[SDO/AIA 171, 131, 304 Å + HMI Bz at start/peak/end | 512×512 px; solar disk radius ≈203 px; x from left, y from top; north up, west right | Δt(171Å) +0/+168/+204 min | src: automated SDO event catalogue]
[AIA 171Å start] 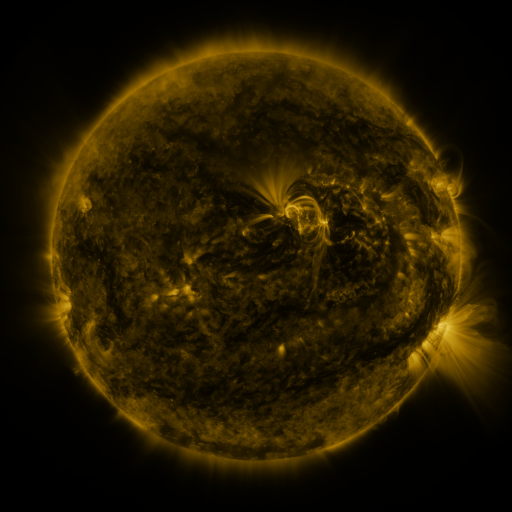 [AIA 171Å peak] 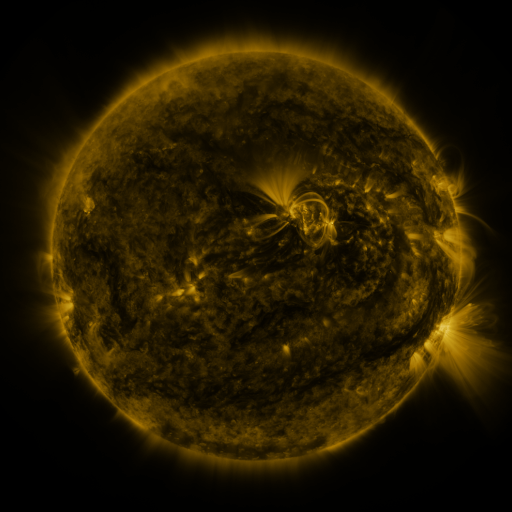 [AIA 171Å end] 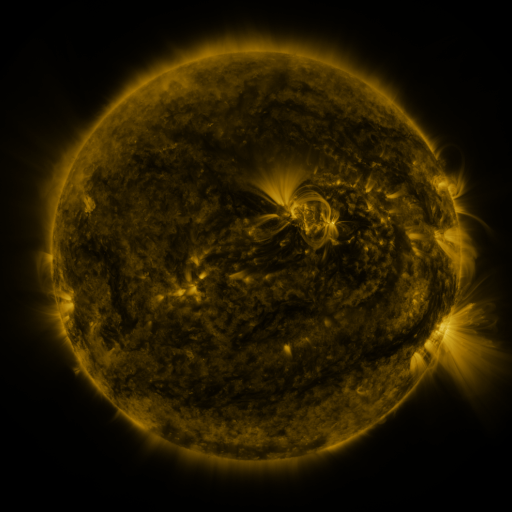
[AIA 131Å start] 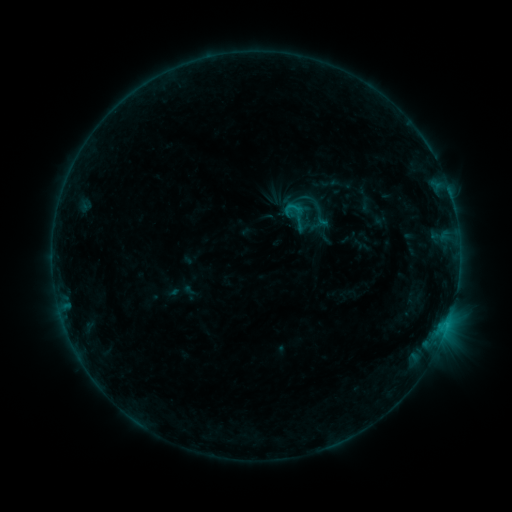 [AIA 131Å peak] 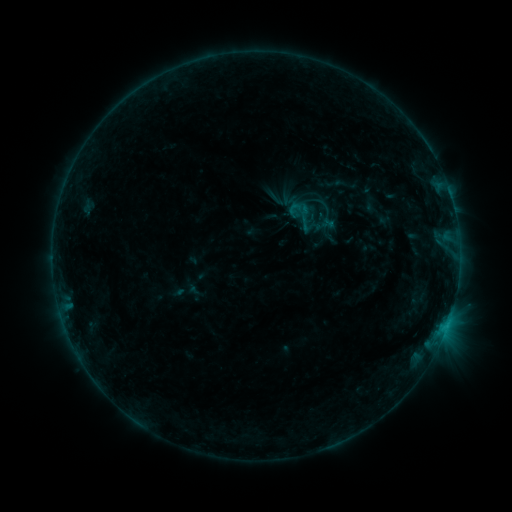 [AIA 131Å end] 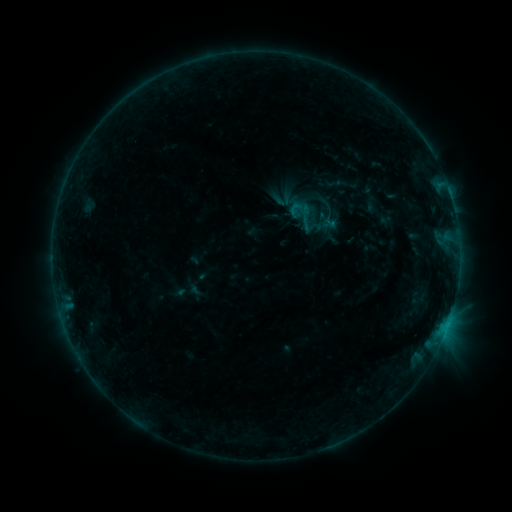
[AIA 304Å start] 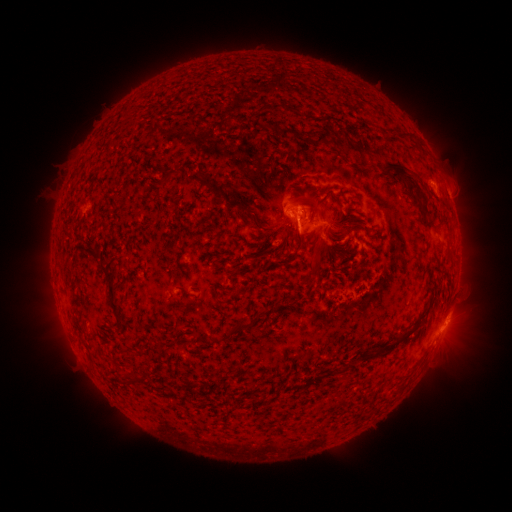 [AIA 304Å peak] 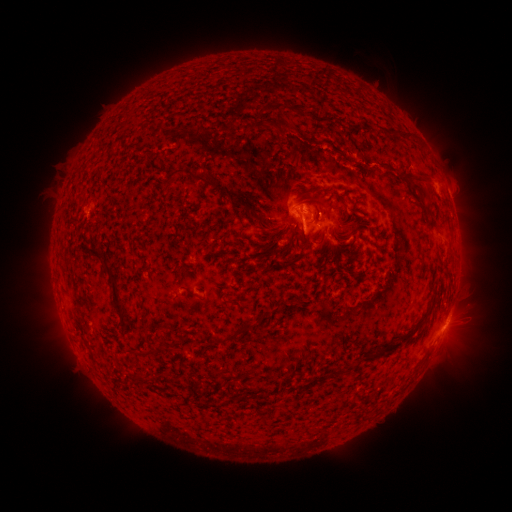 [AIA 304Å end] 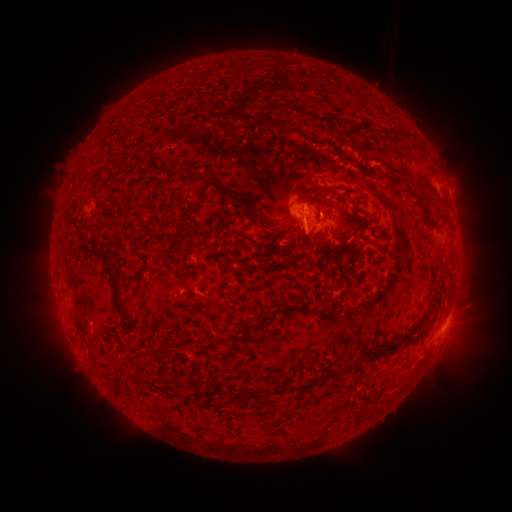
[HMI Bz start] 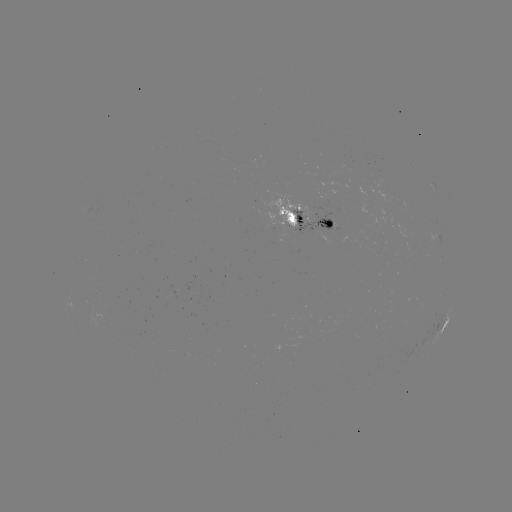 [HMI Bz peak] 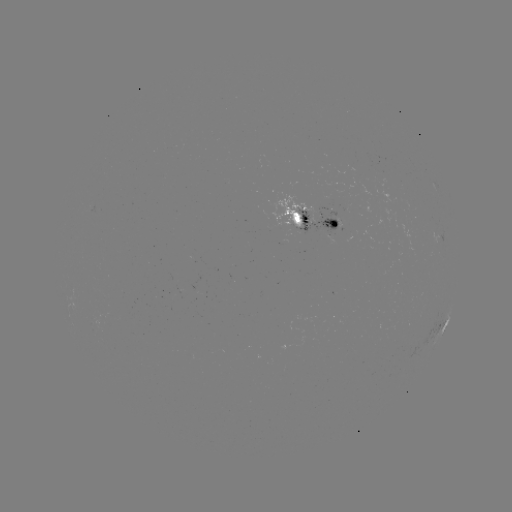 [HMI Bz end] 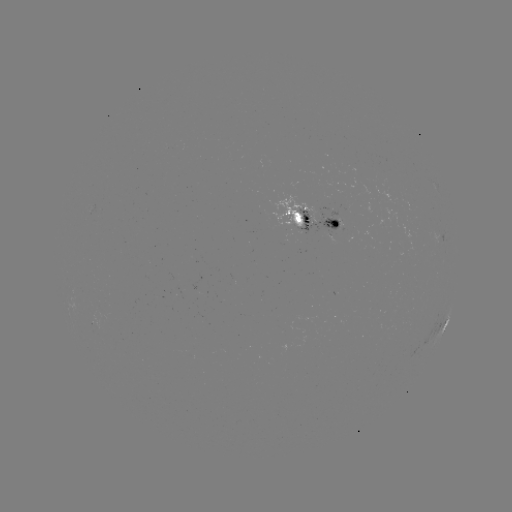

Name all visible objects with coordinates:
emerging-flux region: (327, 208)
